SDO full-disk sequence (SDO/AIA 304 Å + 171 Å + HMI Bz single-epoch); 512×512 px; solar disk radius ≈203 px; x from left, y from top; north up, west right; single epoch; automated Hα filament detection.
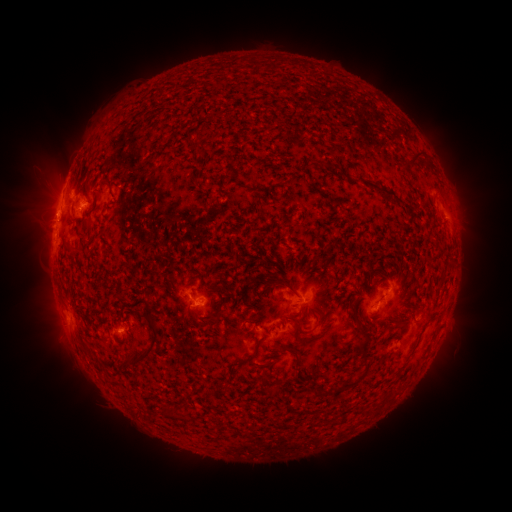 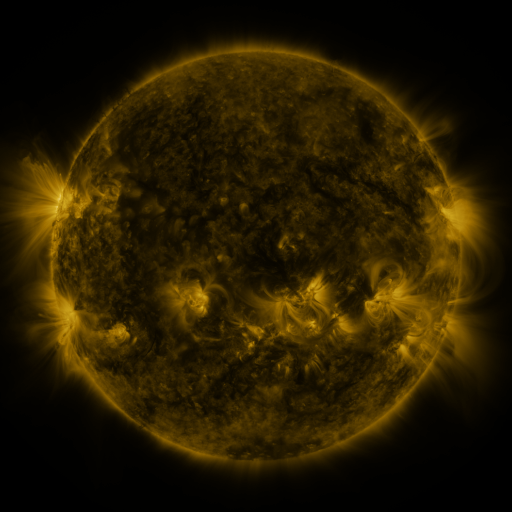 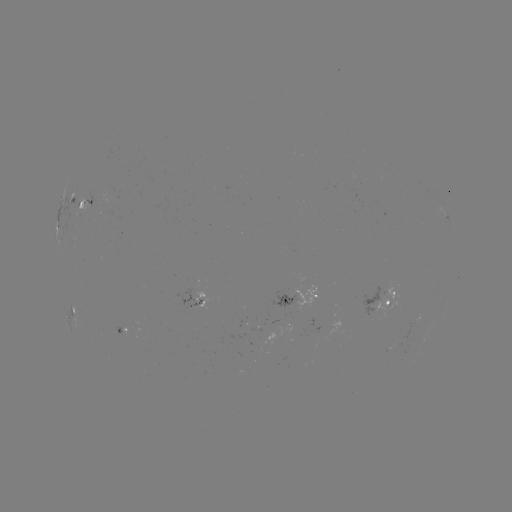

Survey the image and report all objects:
filament: (197, 144)
filament: (416, 157)
filament: (332, 166)
filament: (378, 189)
filament: (210, 319)
filament: (363, 346)
filament: (255, 347)
filament: (294, 352)
filament: (143, 354)
filament: (360, 377)
filament: (274, 392)
